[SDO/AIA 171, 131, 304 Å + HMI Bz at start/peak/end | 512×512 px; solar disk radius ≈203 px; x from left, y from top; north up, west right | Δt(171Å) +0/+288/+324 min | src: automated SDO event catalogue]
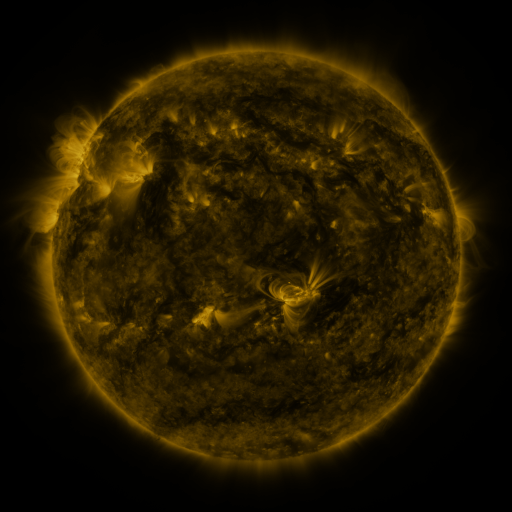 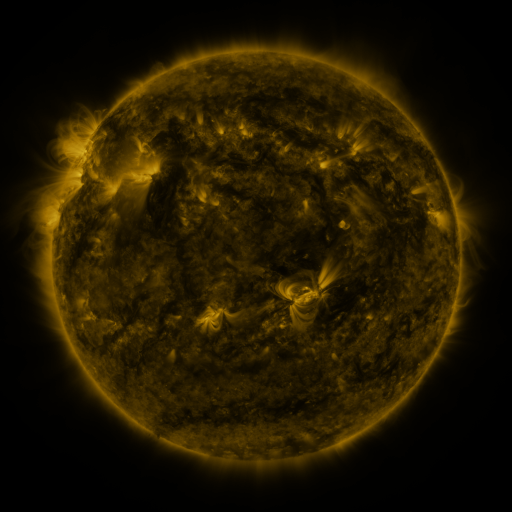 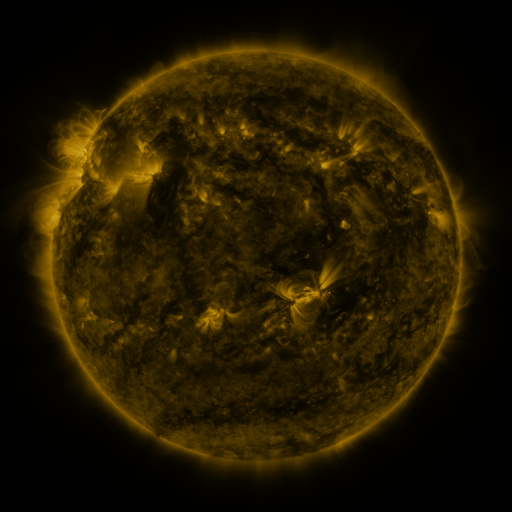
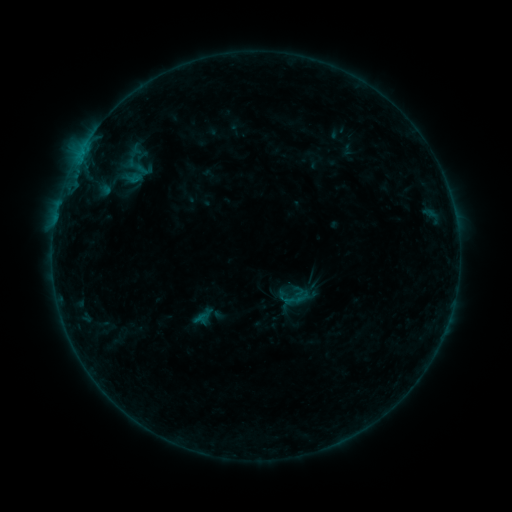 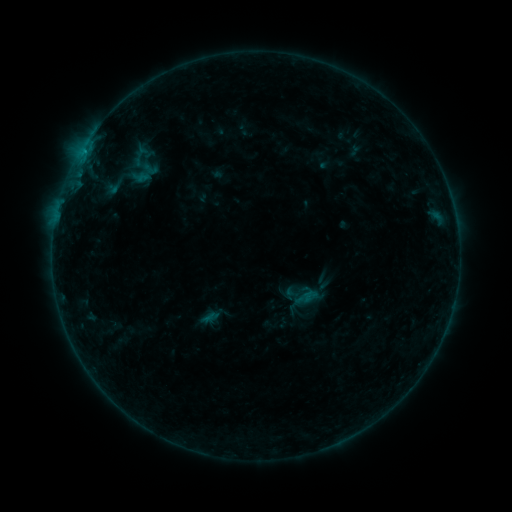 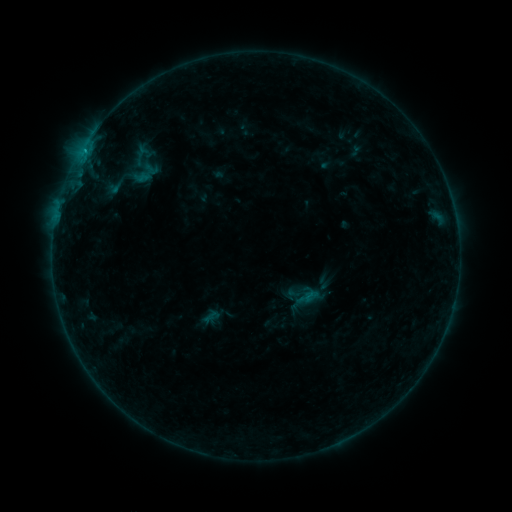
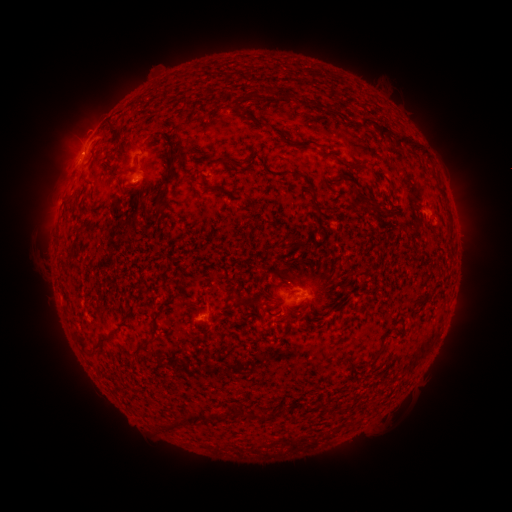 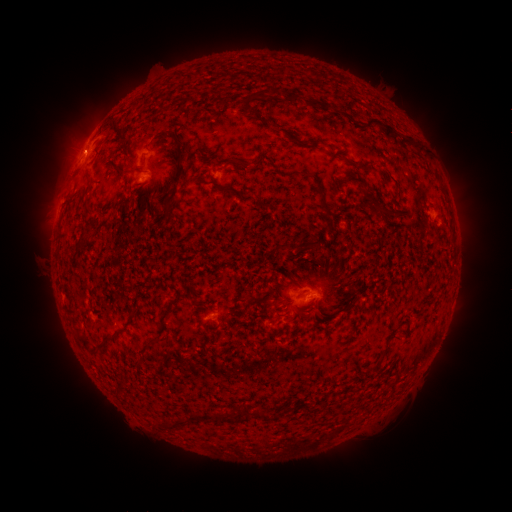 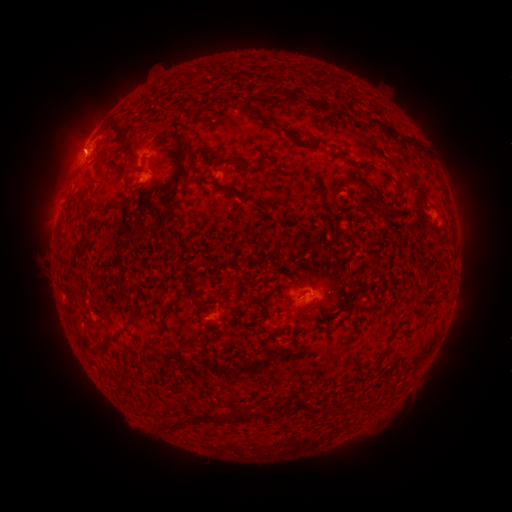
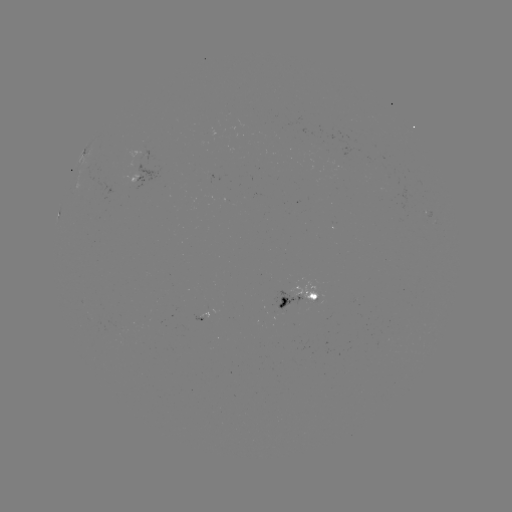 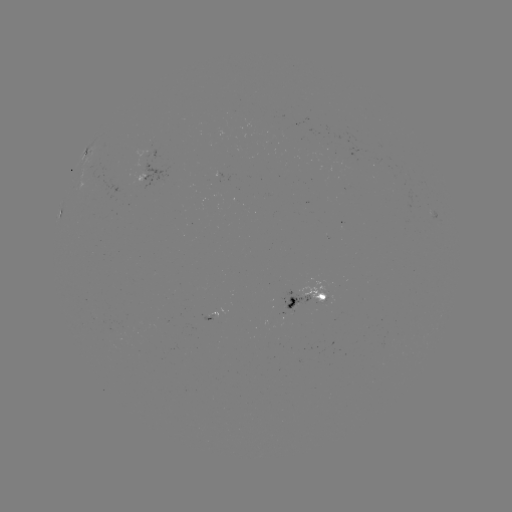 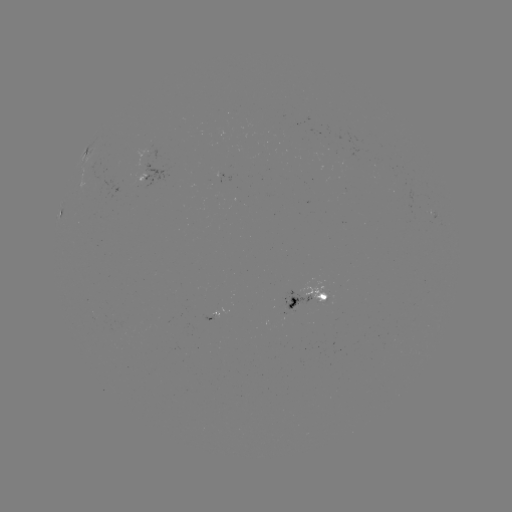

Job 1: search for emerging-flux region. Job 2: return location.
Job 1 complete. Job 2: [218, 176].